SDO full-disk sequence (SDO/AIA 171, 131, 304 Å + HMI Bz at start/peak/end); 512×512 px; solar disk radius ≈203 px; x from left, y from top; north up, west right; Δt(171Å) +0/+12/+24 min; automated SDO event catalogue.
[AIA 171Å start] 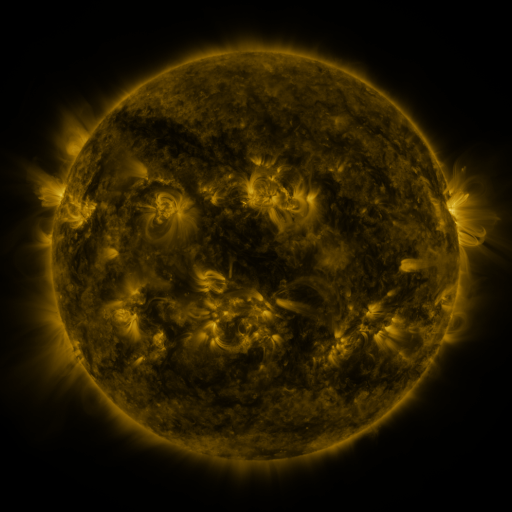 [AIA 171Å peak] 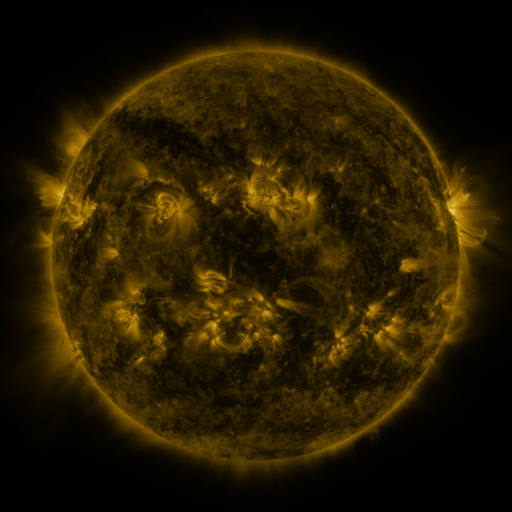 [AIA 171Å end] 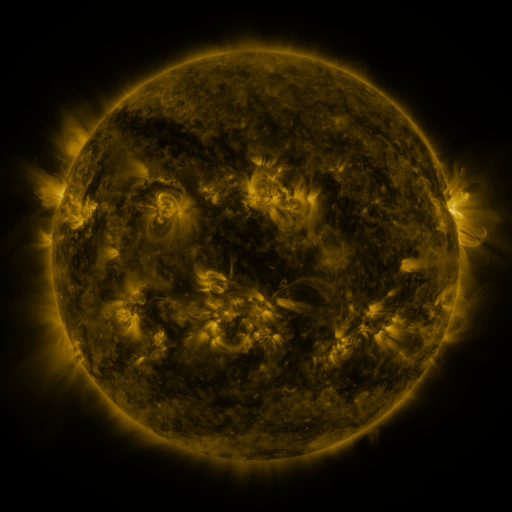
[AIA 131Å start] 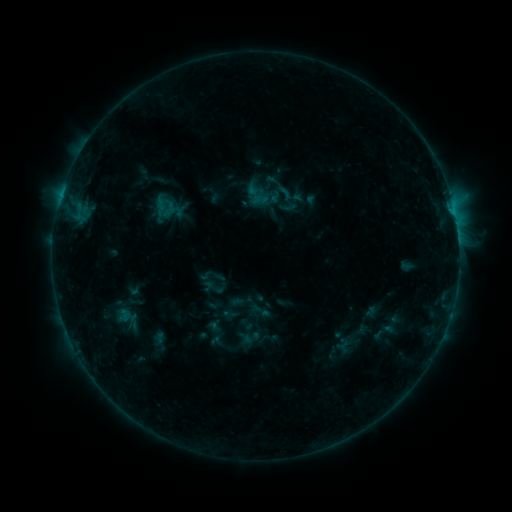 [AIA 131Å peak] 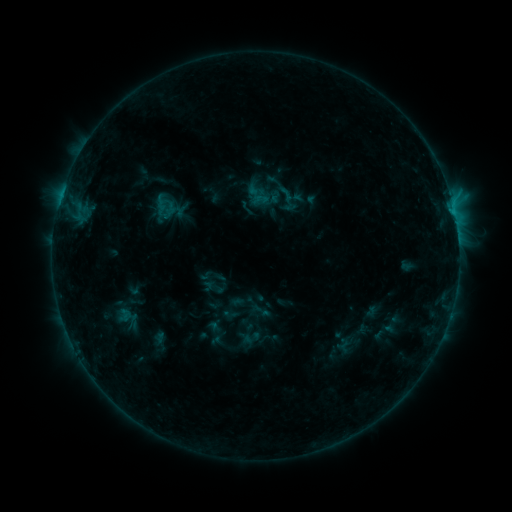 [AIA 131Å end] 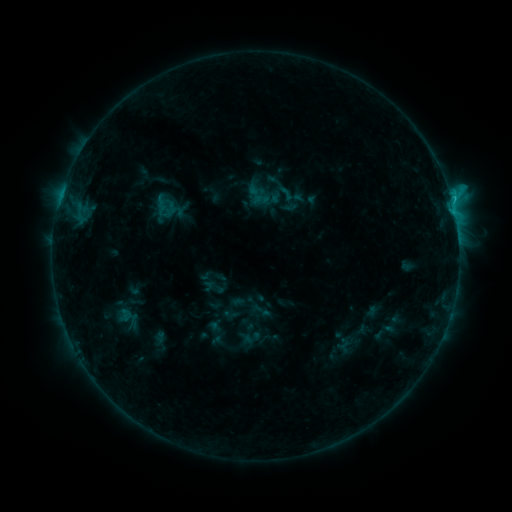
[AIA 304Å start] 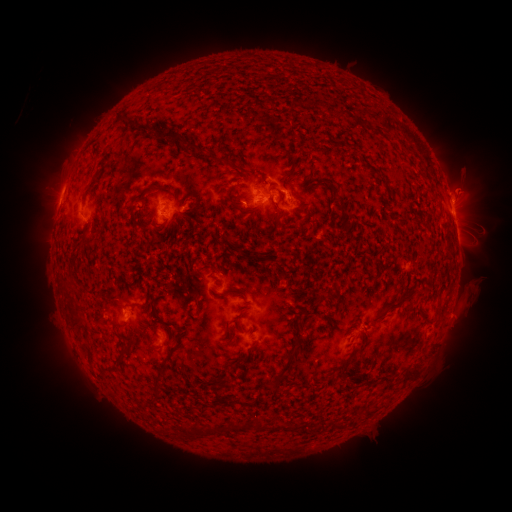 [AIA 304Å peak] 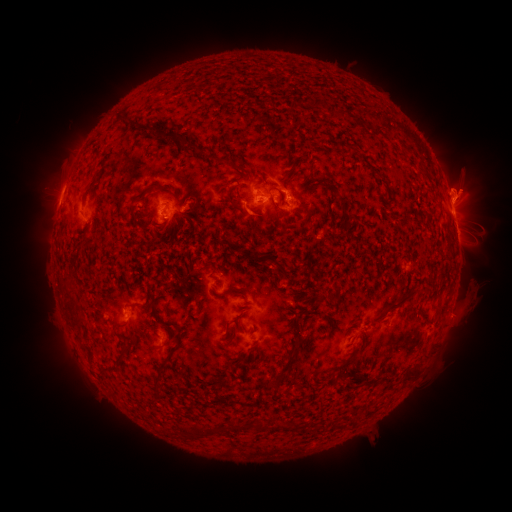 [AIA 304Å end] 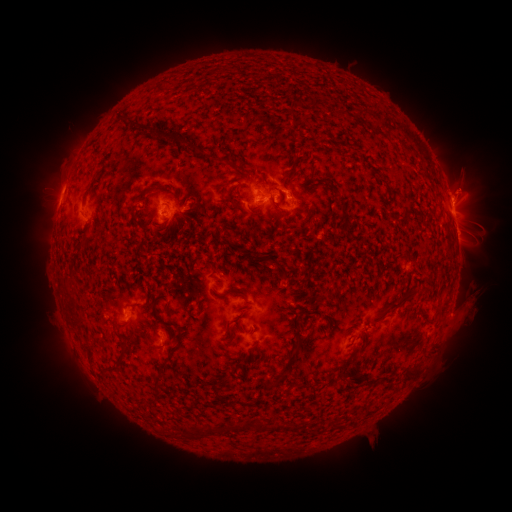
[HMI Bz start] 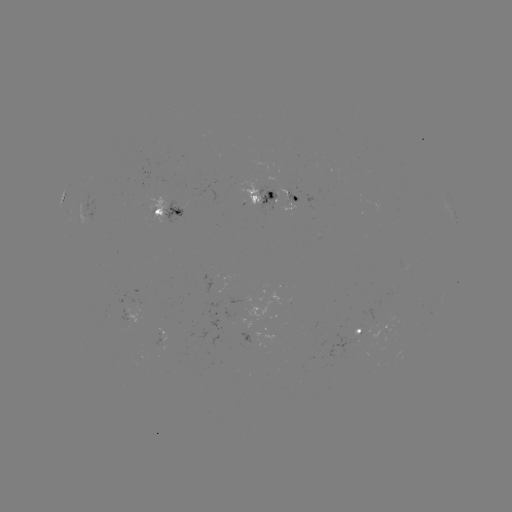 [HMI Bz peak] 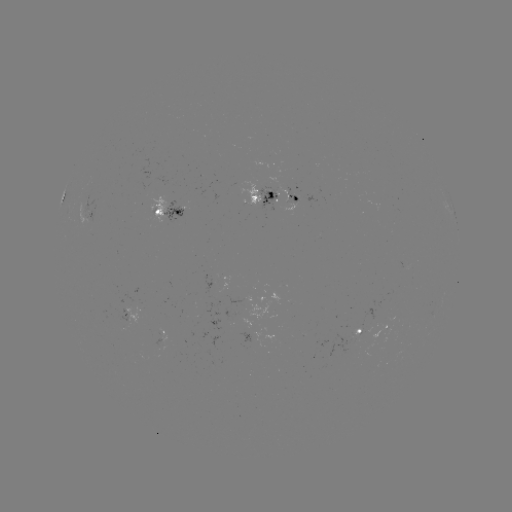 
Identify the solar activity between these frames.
eruption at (468, 186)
